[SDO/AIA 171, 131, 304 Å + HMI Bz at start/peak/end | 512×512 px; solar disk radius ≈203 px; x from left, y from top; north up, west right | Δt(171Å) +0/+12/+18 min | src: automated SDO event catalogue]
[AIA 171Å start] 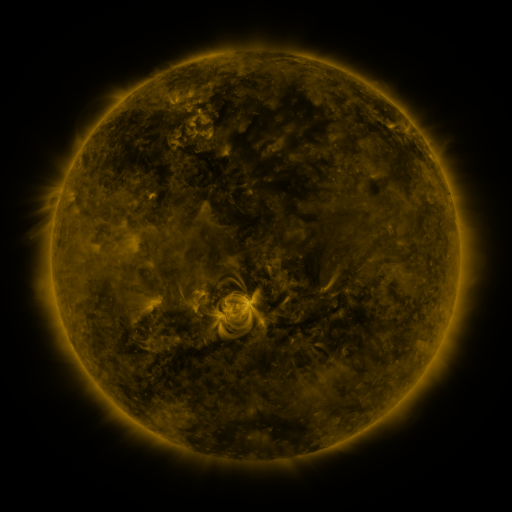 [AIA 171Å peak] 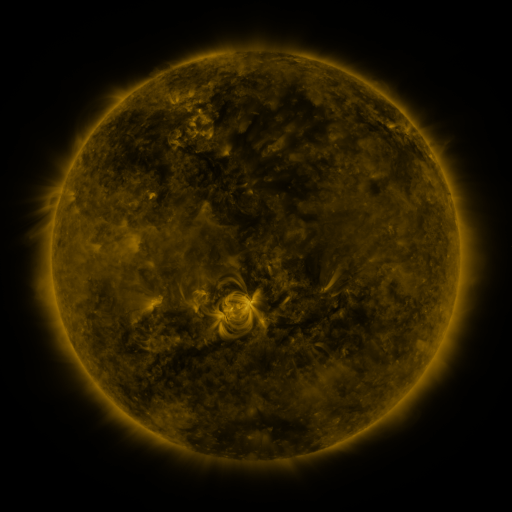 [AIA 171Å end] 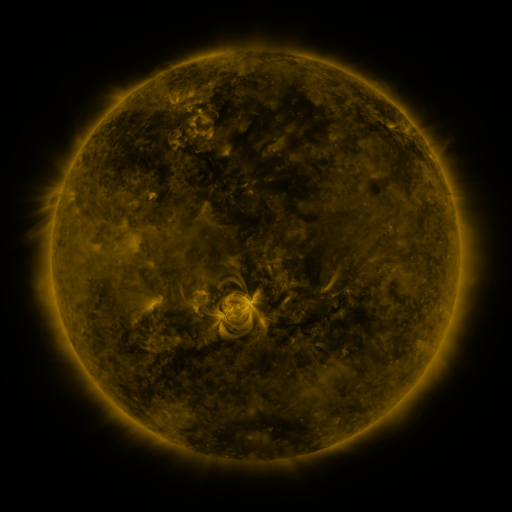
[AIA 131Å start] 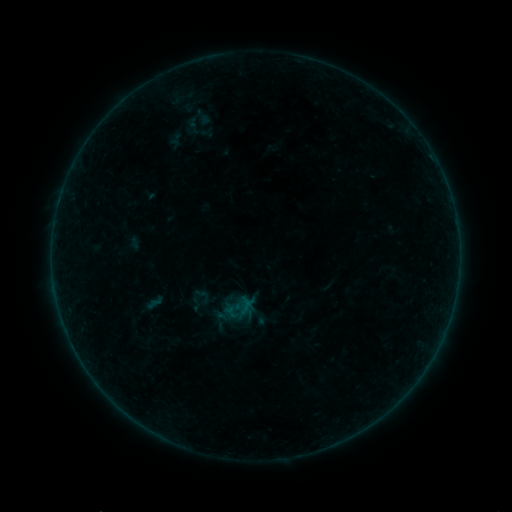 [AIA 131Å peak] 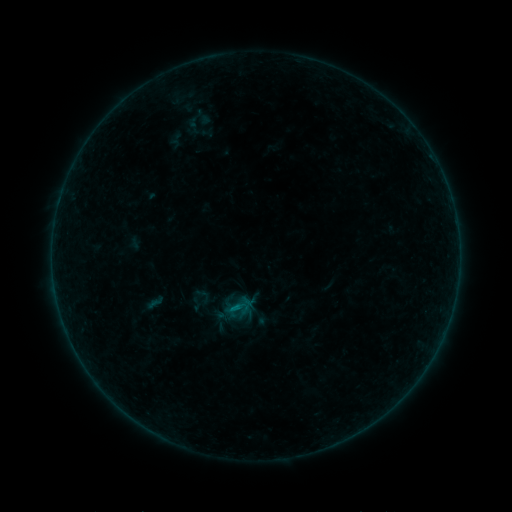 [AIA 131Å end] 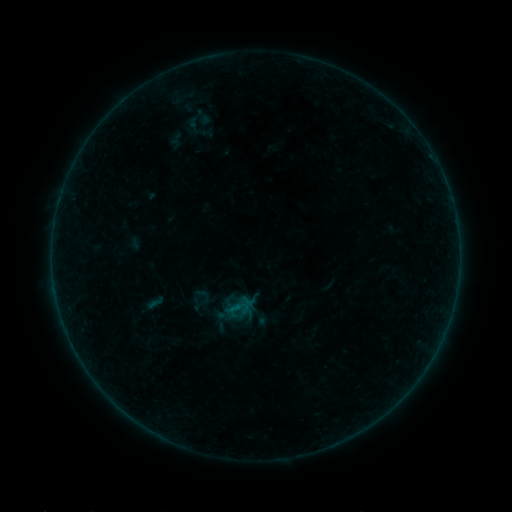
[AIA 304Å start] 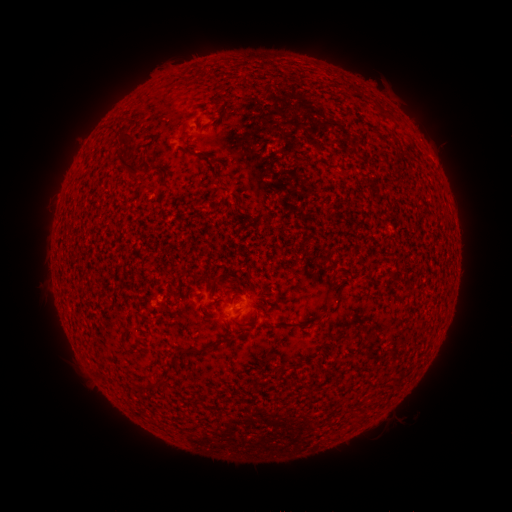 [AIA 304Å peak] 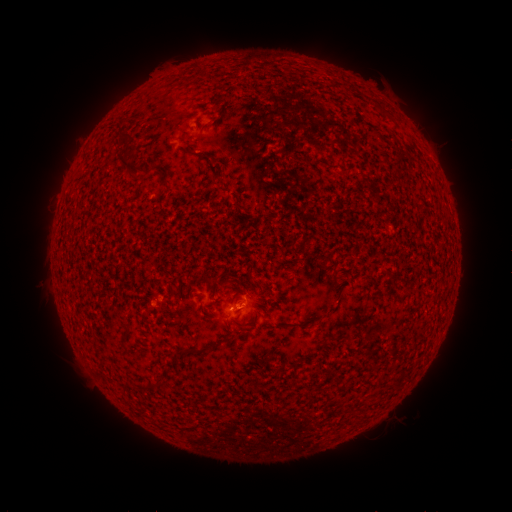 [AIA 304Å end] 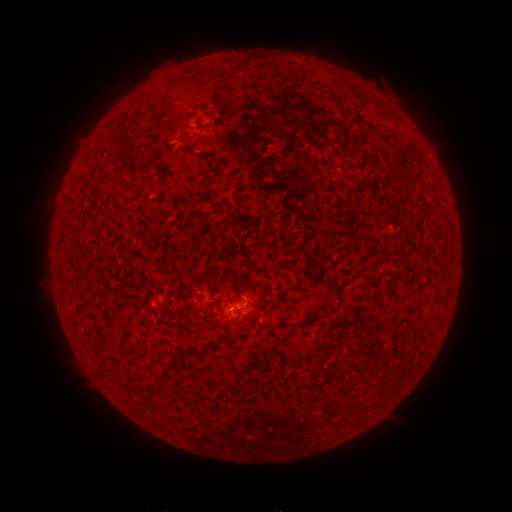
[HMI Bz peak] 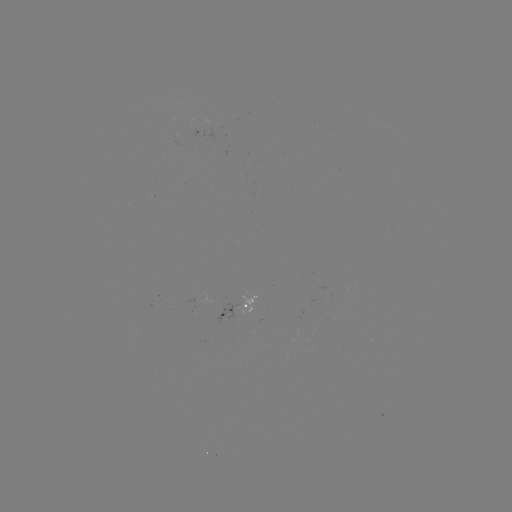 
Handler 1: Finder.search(B2.0 flare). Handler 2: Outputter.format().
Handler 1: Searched B2.0 flare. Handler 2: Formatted (232, 305).